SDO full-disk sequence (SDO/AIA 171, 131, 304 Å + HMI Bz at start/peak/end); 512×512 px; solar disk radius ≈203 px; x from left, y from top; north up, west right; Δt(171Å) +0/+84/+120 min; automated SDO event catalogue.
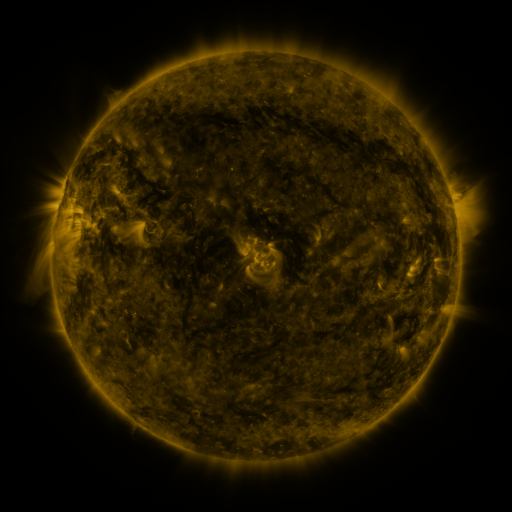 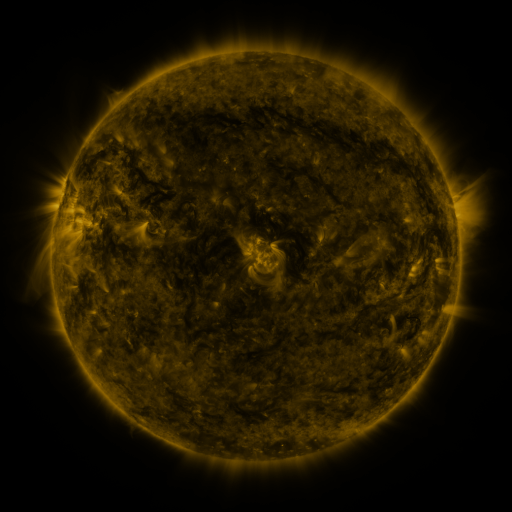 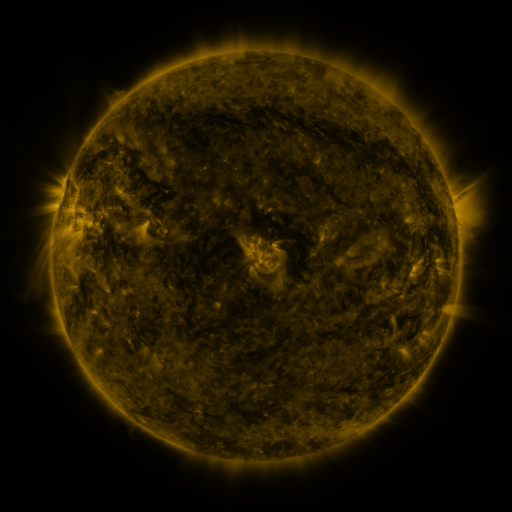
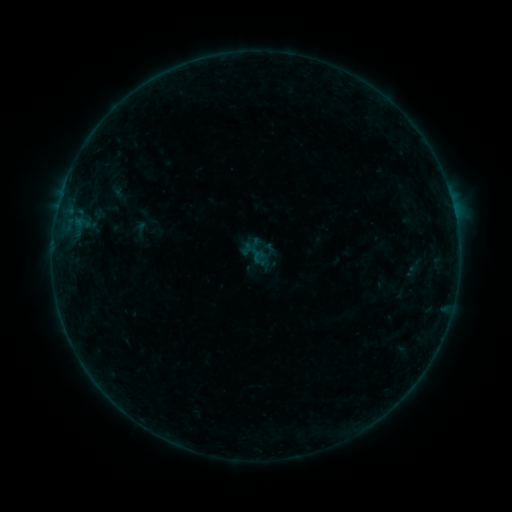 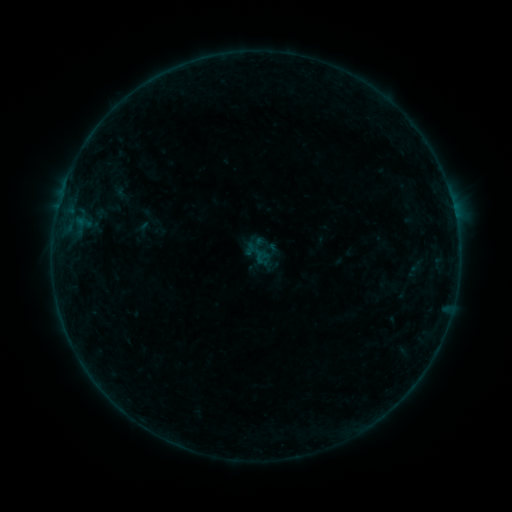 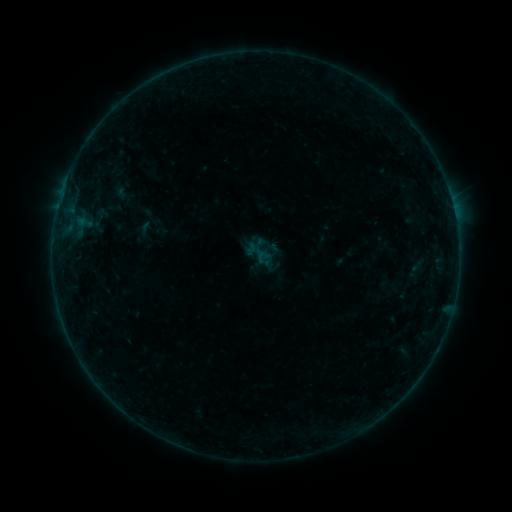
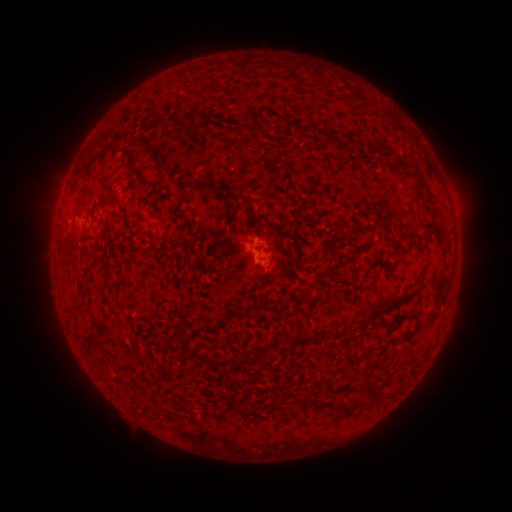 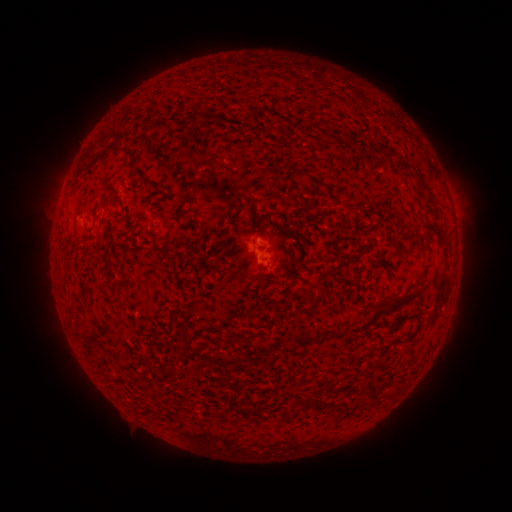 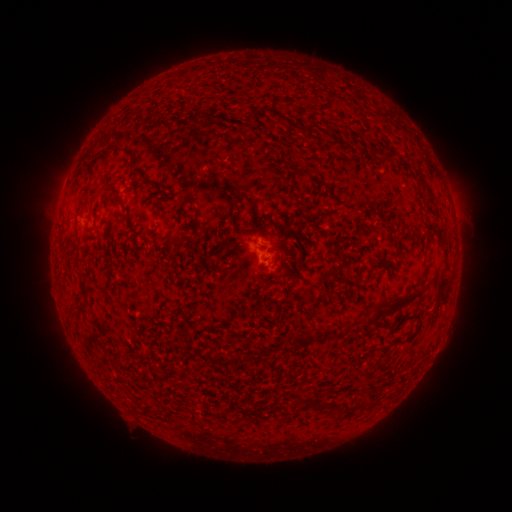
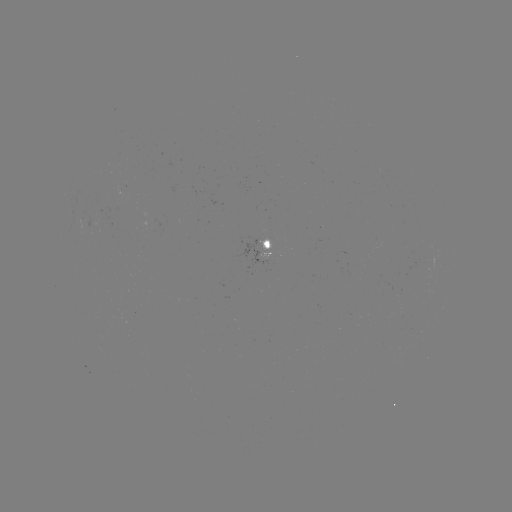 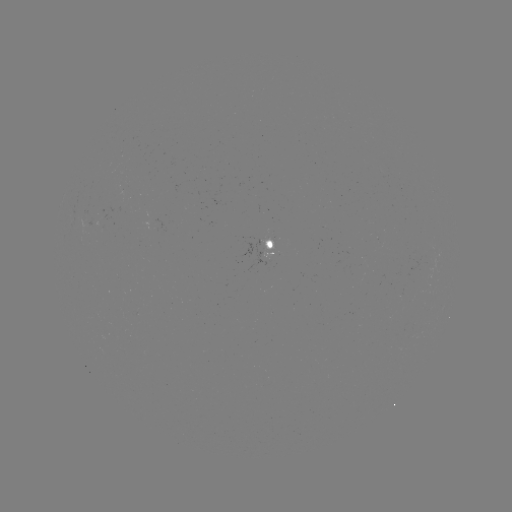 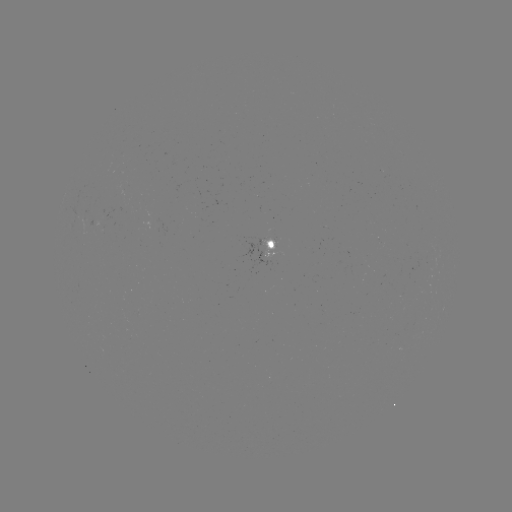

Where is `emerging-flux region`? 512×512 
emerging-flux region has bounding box [145, 219, 166, 230].